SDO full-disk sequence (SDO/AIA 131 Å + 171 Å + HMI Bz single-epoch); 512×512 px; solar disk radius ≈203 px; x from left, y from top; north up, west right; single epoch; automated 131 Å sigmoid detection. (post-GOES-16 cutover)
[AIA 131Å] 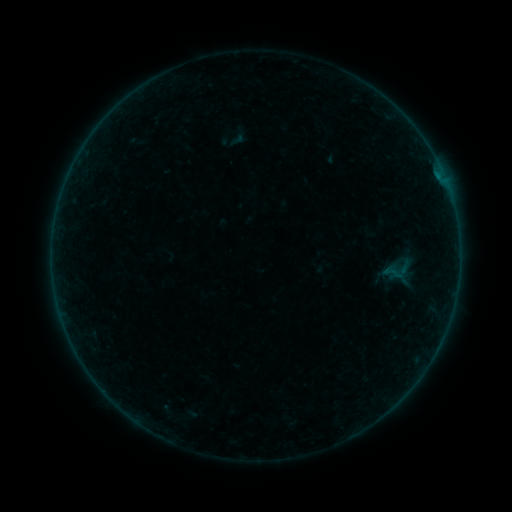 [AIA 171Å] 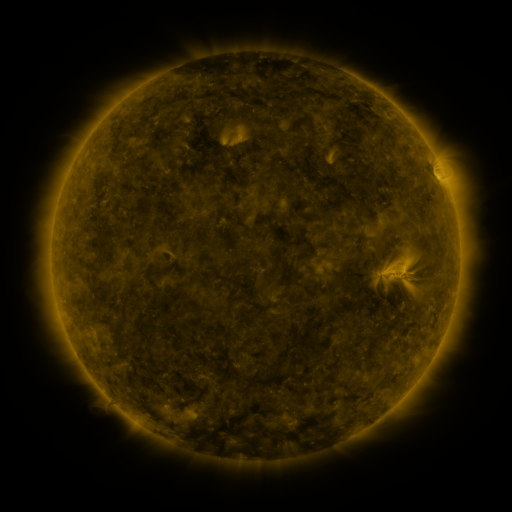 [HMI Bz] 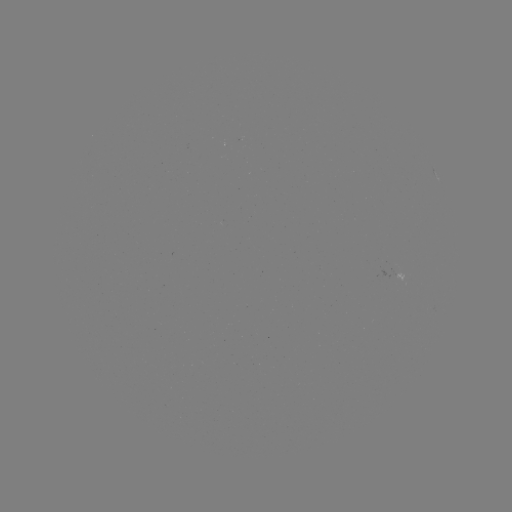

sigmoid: <bbox>382, 254, 411, 286</bbox>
